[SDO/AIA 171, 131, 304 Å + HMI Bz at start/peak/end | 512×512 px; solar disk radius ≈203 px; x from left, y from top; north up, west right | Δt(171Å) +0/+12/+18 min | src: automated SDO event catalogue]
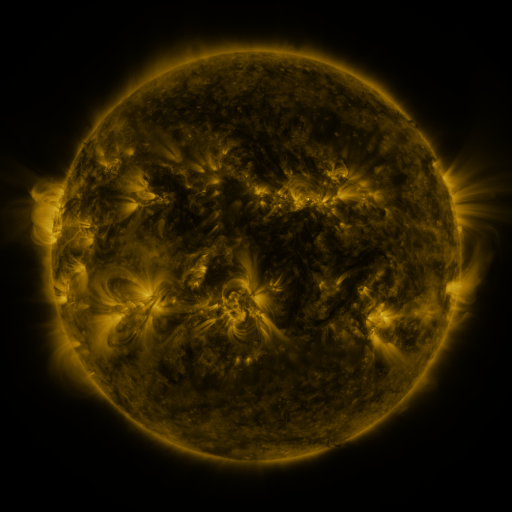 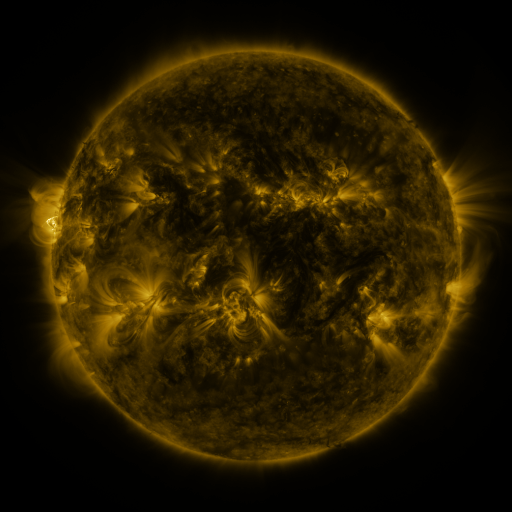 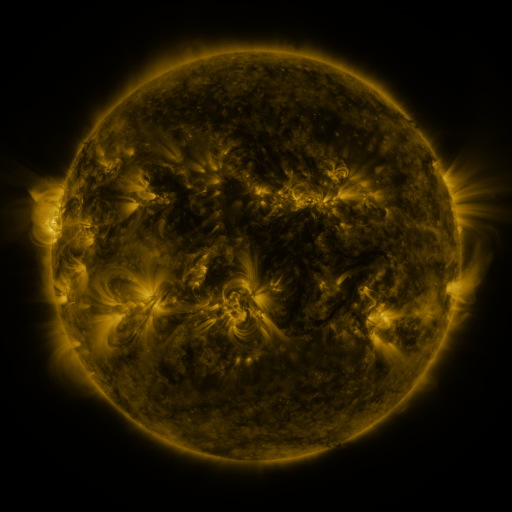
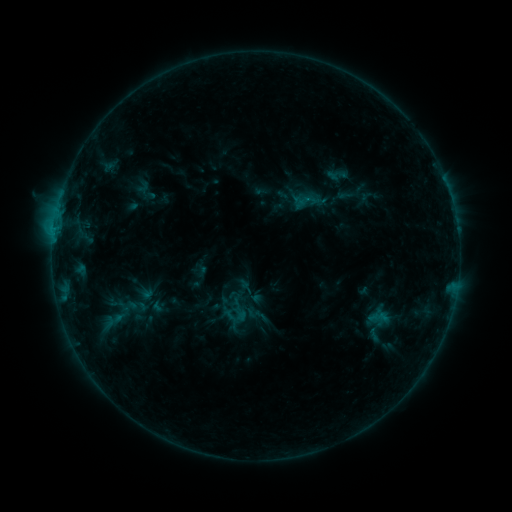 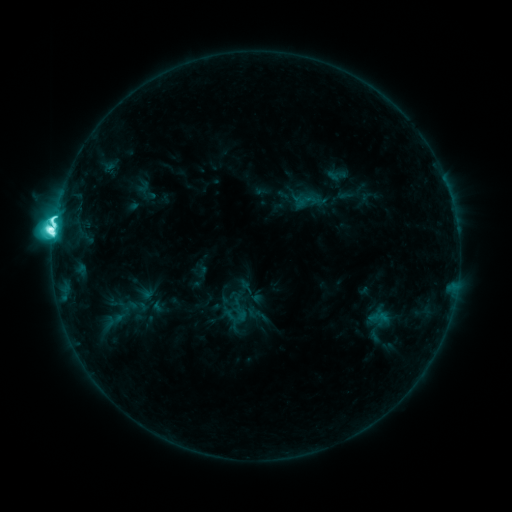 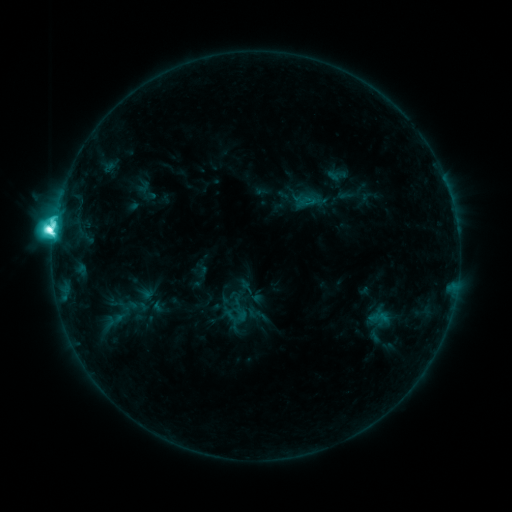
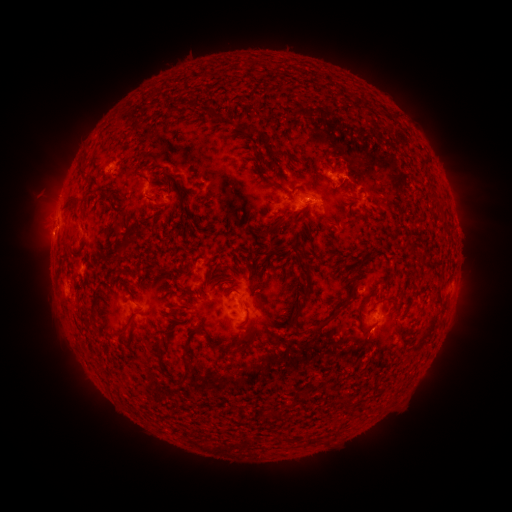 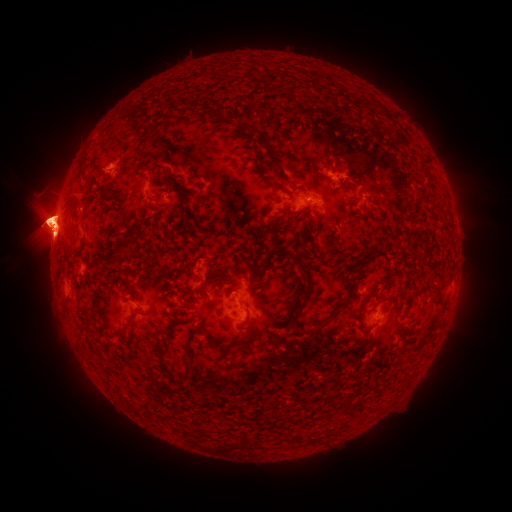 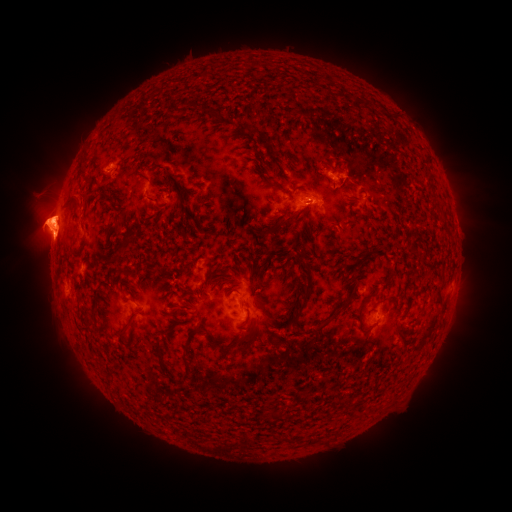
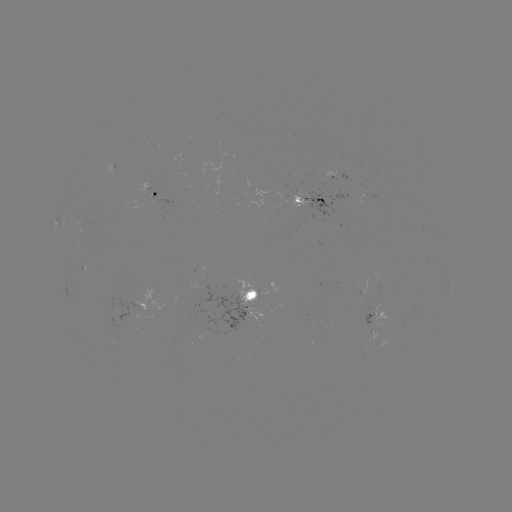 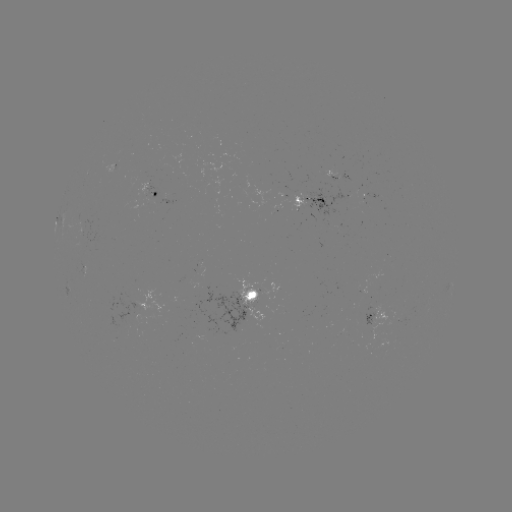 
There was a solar flare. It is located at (54, 230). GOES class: M2.2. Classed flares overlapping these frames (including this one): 1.